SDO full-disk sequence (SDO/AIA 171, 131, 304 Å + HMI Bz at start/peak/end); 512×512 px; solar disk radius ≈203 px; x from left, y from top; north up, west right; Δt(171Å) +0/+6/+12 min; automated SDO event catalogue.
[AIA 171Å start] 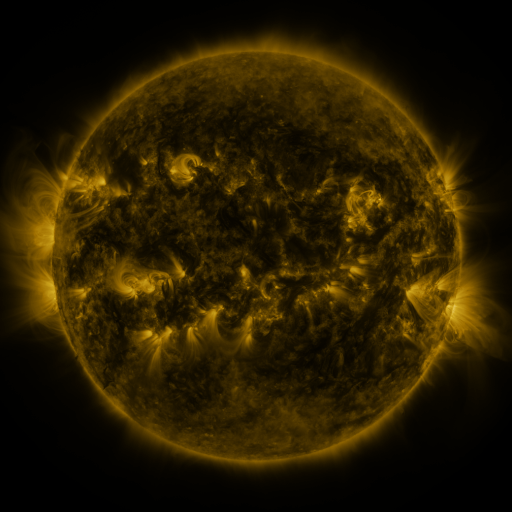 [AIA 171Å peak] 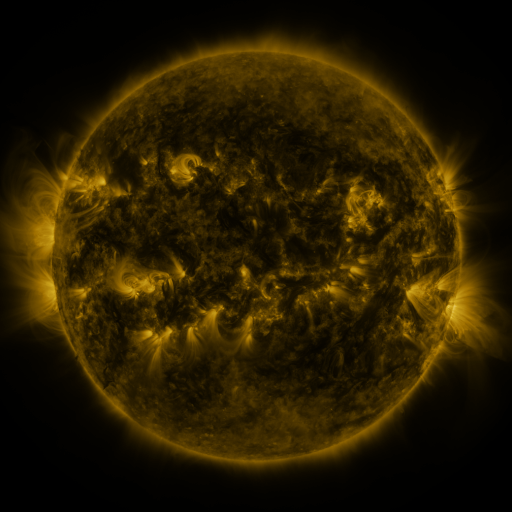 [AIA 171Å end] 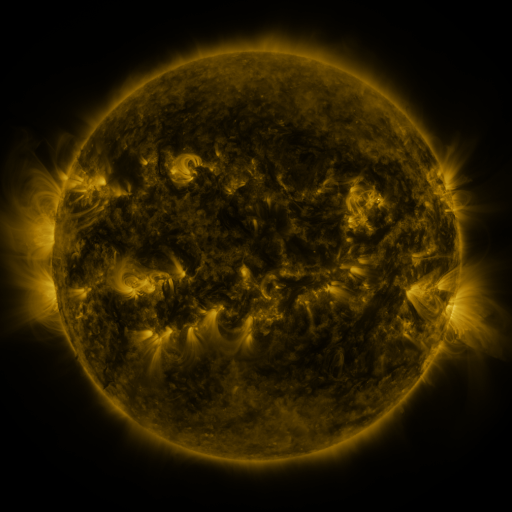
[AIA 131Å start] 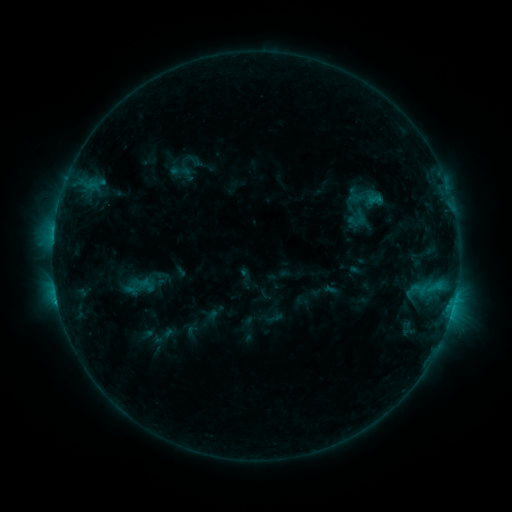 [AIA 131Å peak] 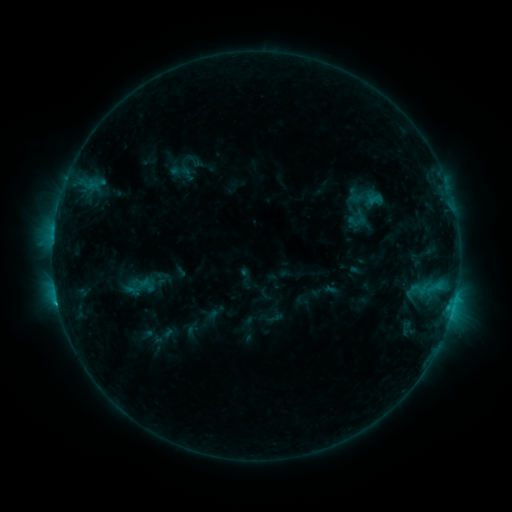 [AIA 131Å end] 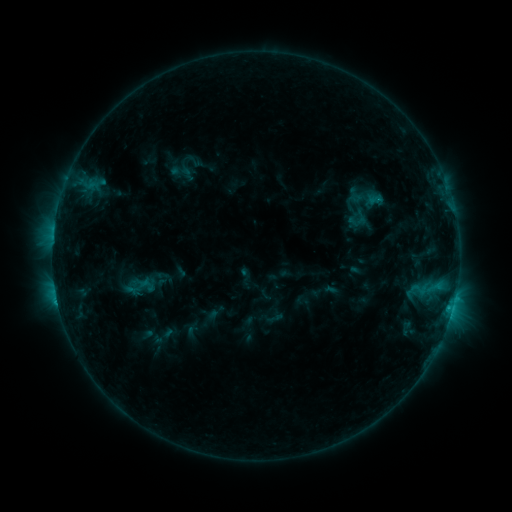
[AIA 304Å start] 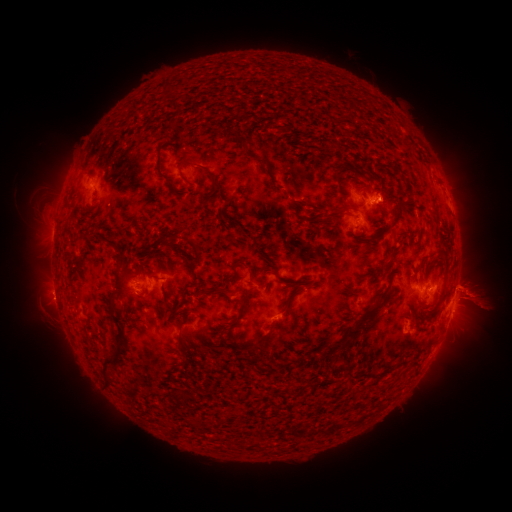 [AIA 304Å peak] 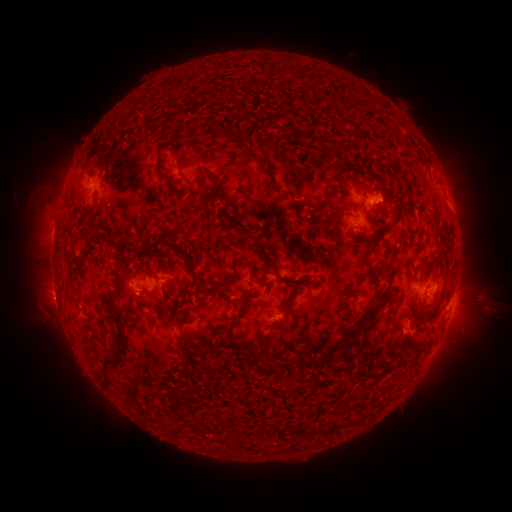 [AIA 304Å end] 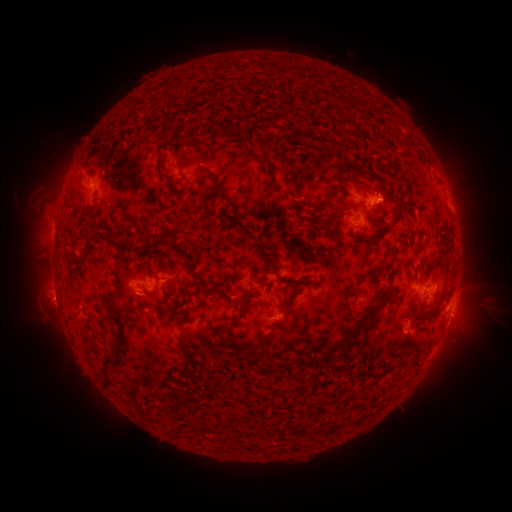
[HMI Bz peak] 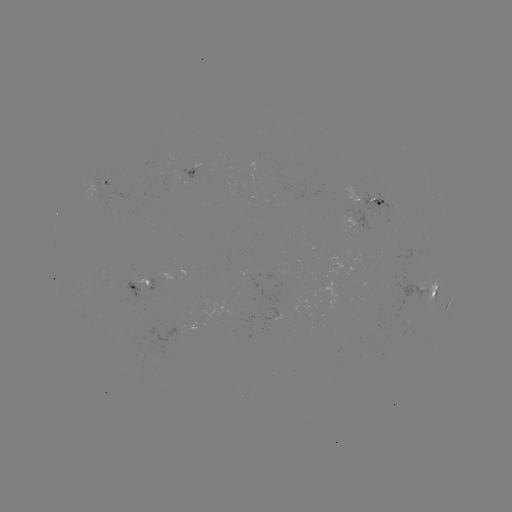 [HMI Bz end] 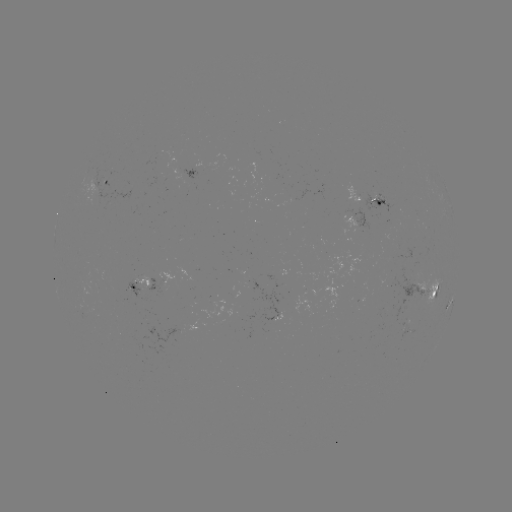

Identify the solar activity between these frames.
eruption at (486, 301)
